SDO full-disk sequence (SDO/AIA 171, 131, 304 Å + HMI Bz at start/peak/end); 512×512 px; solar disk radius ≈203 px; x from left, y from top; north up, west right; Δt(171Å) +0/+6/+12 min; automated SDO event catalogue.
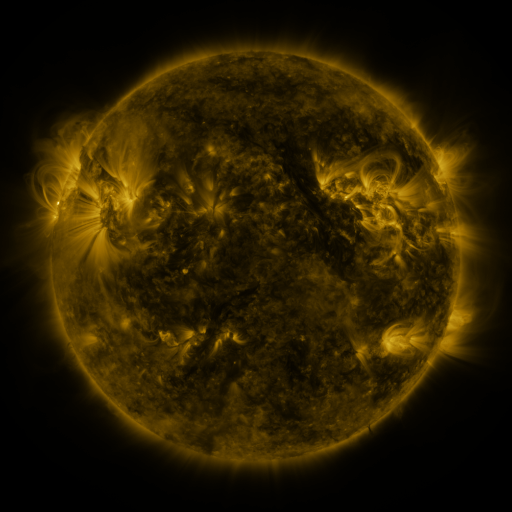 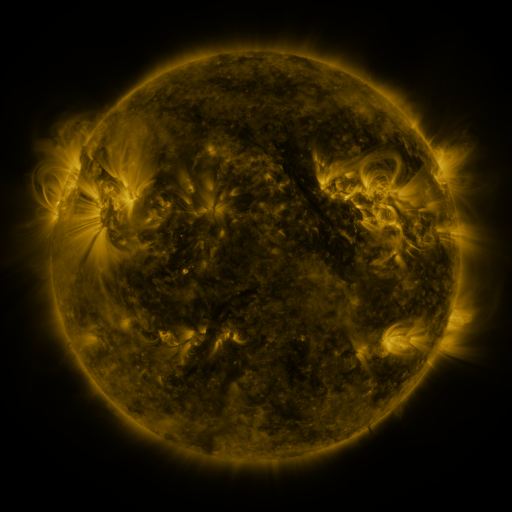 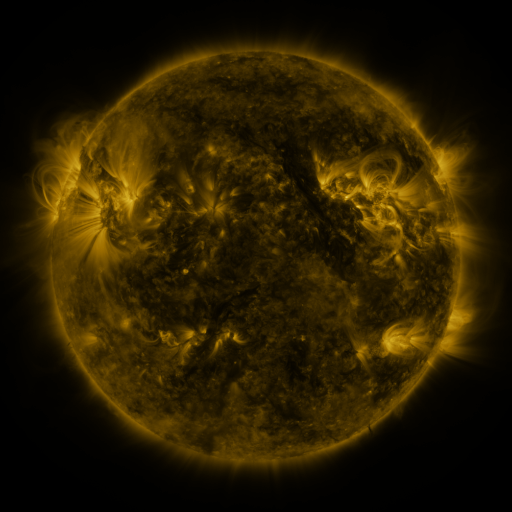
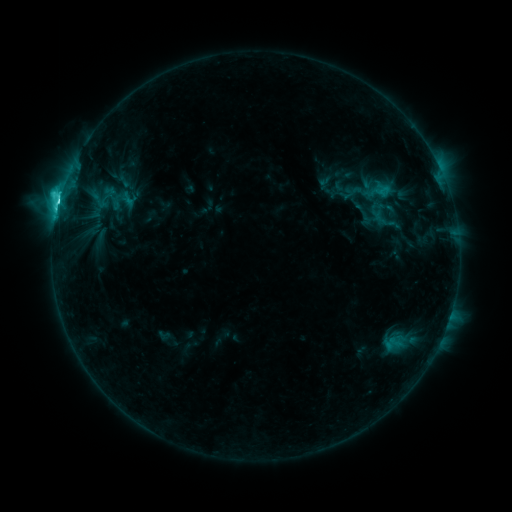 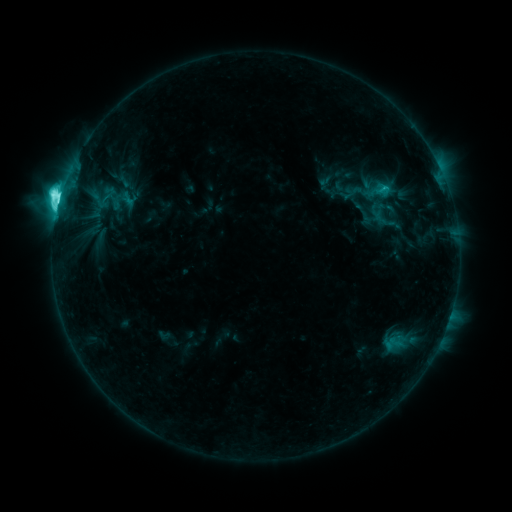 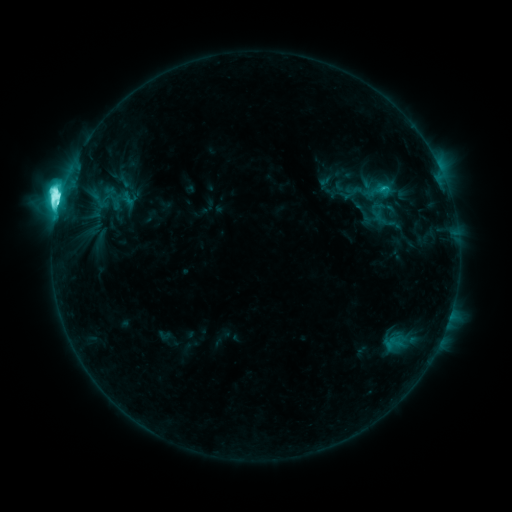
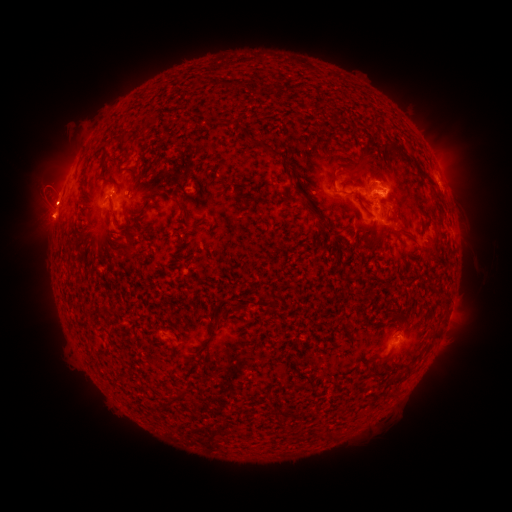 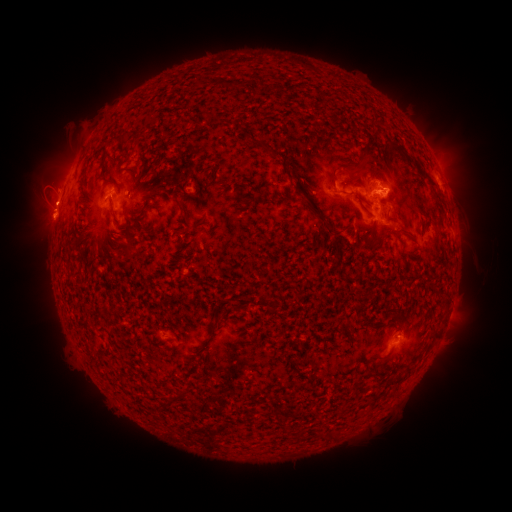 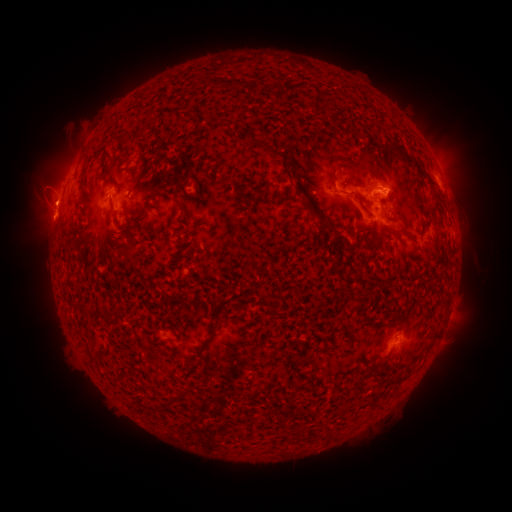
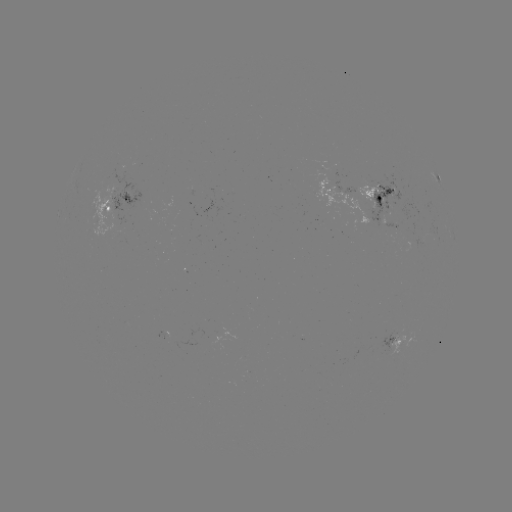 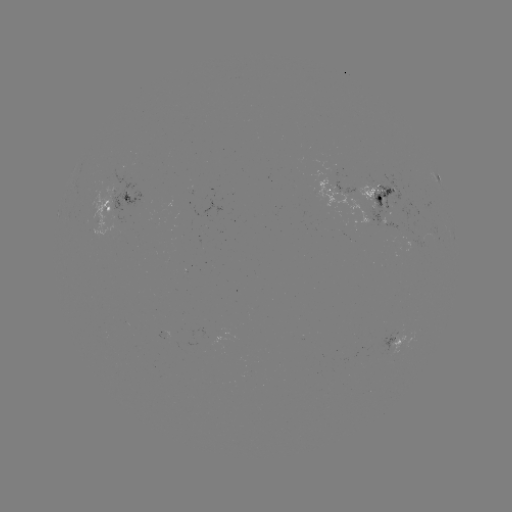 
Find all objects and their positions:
eruption: (57, 191)
